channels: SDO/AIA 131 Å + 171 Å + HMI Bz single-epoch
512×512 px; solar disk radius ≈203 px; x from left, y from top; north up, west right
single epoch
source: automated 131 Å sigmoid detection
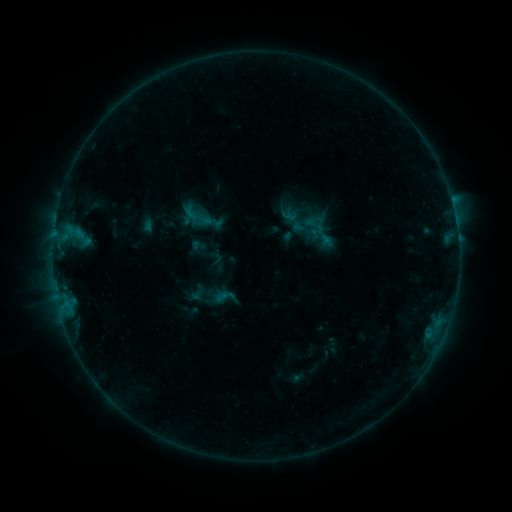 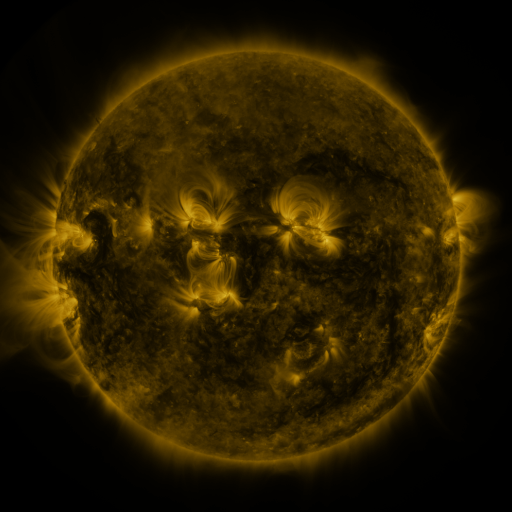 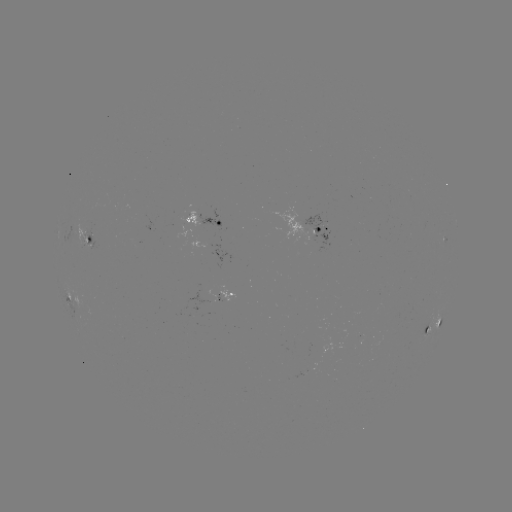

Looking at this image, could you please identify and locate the sigmoid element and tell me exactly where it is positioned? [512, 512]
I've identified sigmoid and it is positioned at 200,219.